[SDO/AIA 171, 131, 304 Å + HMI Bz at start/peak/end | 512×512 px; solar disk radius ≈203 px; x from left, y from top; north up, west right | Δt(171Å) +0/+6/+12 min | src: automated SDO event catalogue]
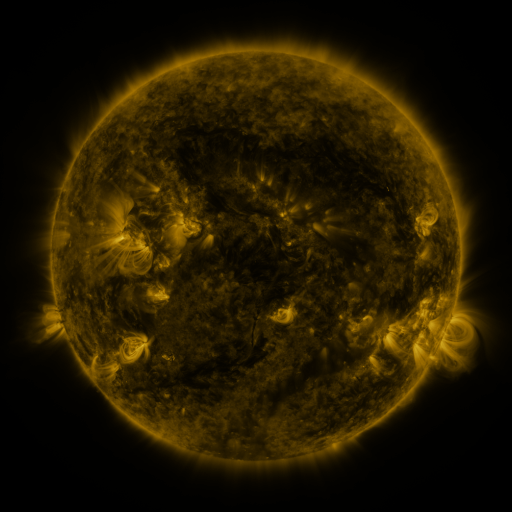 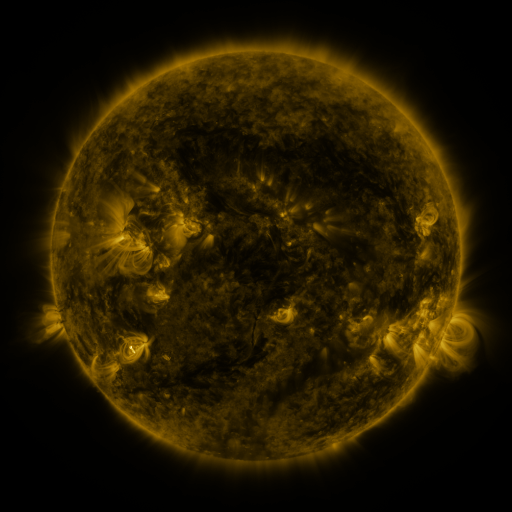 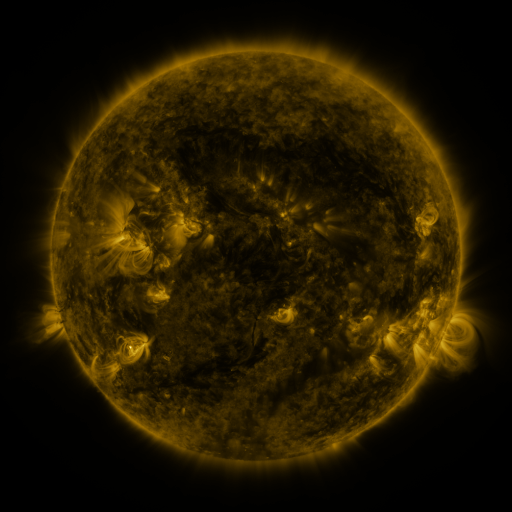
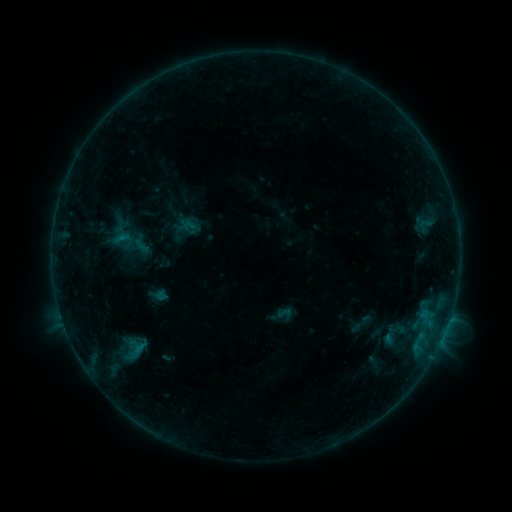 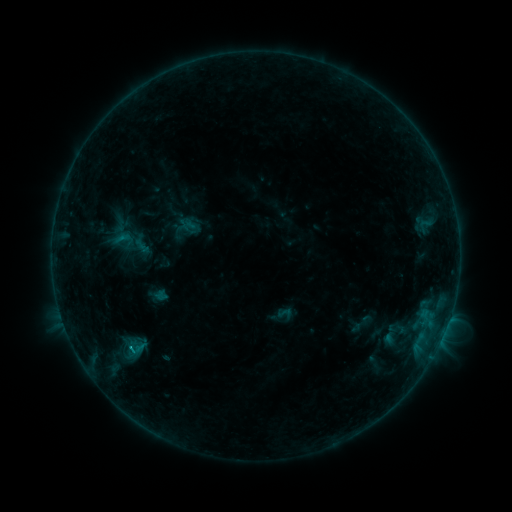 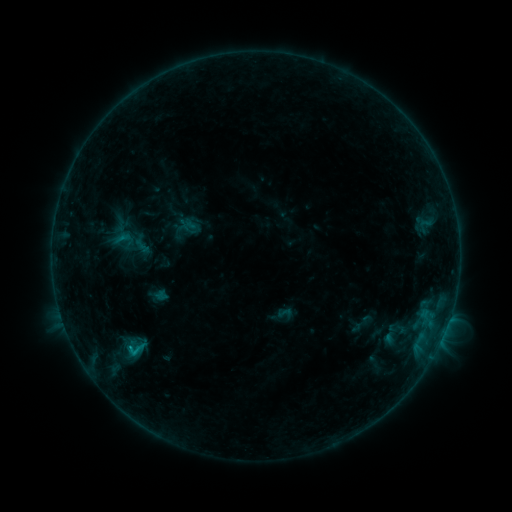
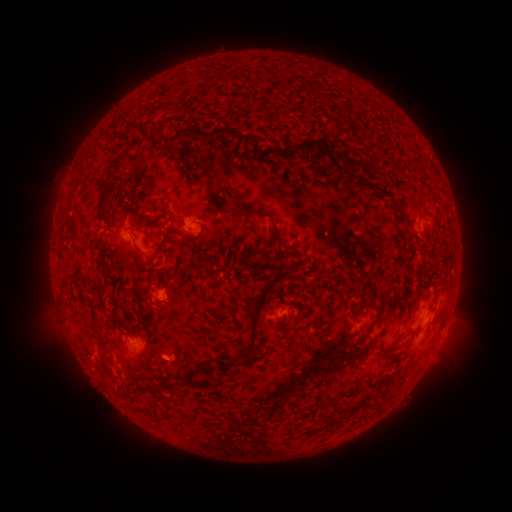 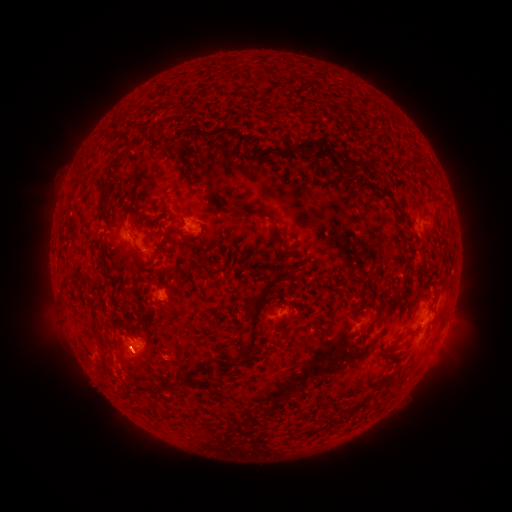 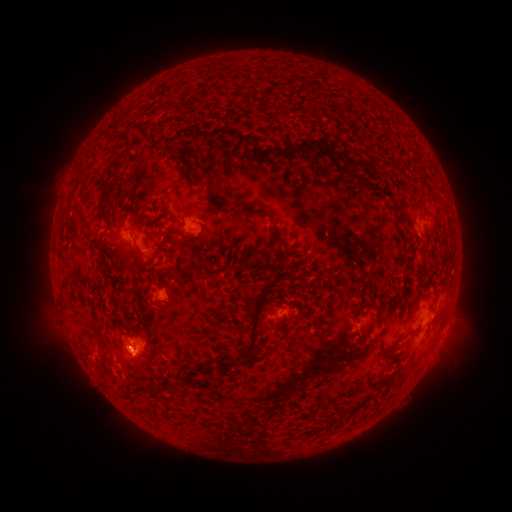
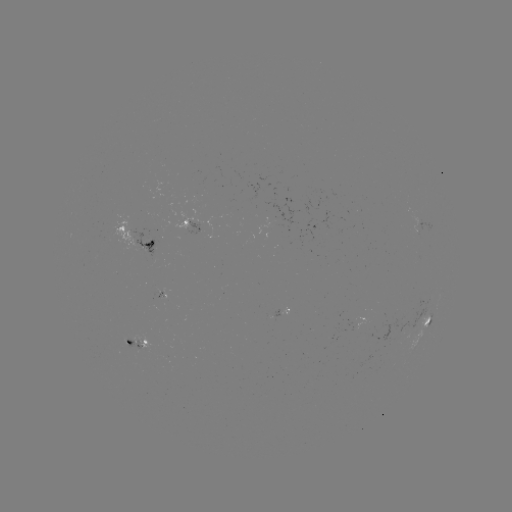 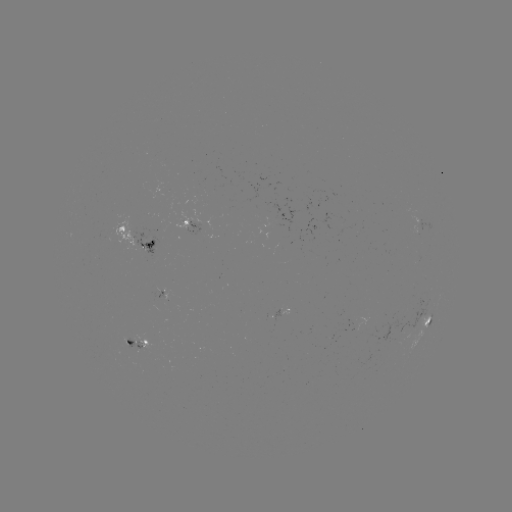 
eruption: [99, 310, 171, 387]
